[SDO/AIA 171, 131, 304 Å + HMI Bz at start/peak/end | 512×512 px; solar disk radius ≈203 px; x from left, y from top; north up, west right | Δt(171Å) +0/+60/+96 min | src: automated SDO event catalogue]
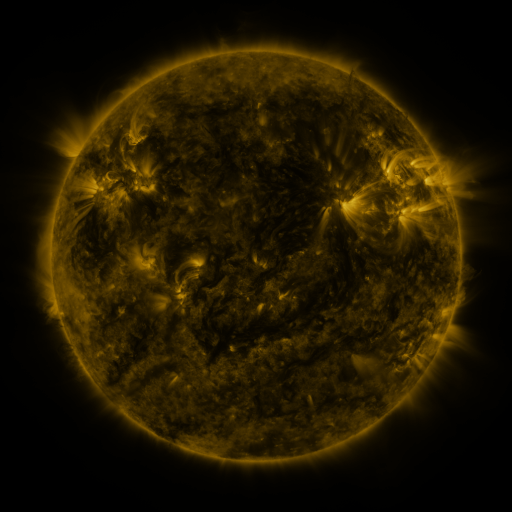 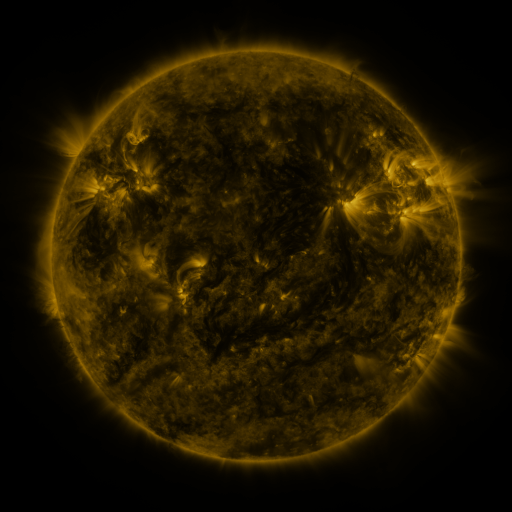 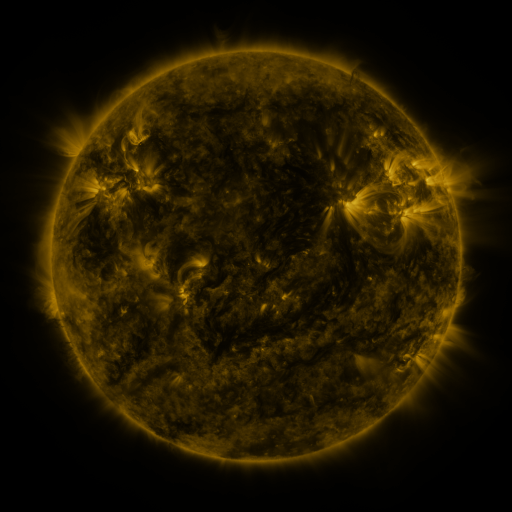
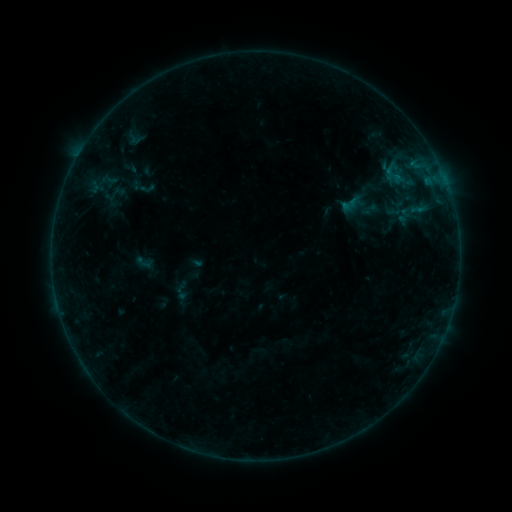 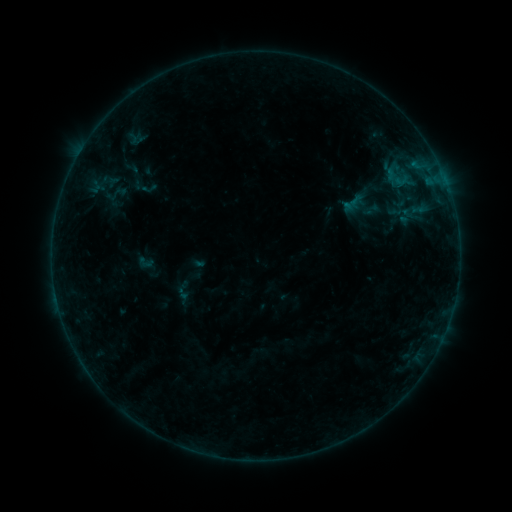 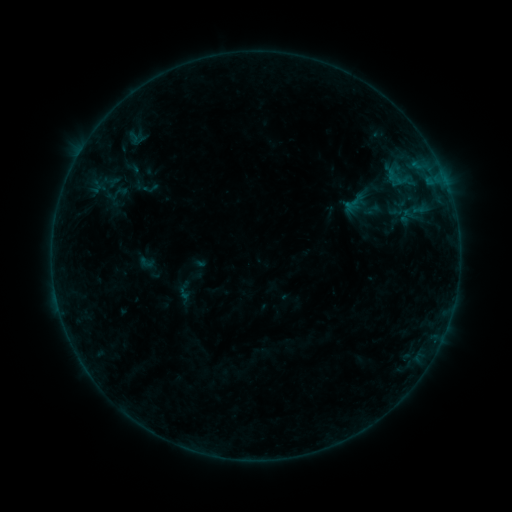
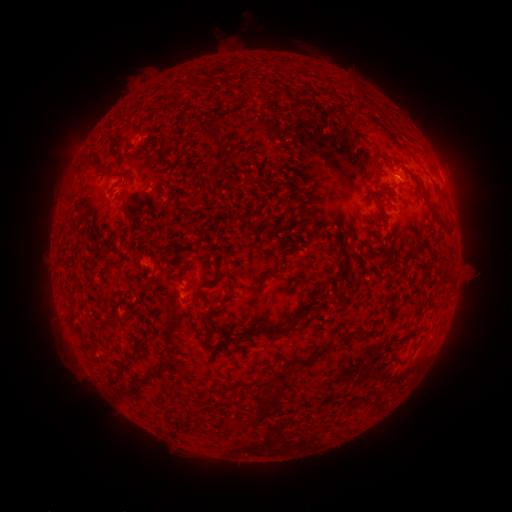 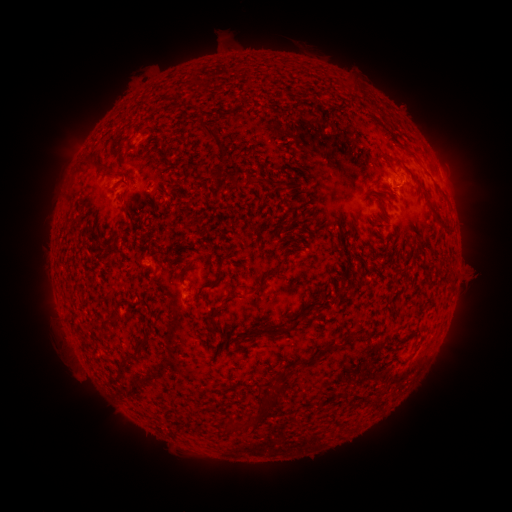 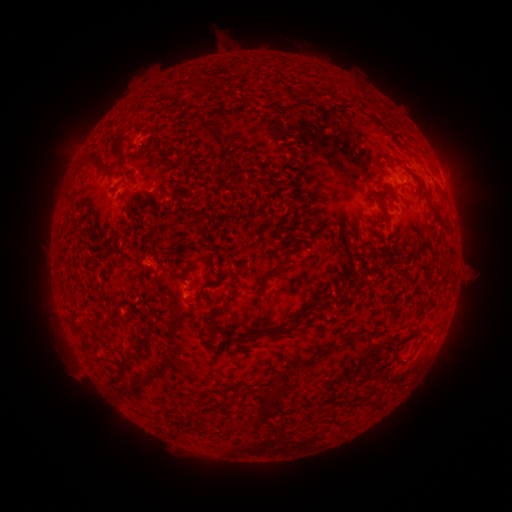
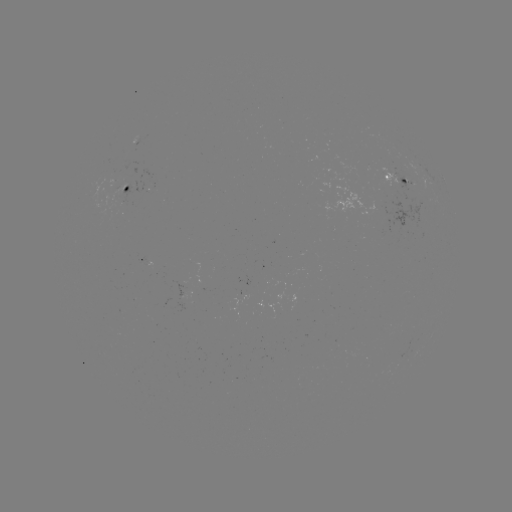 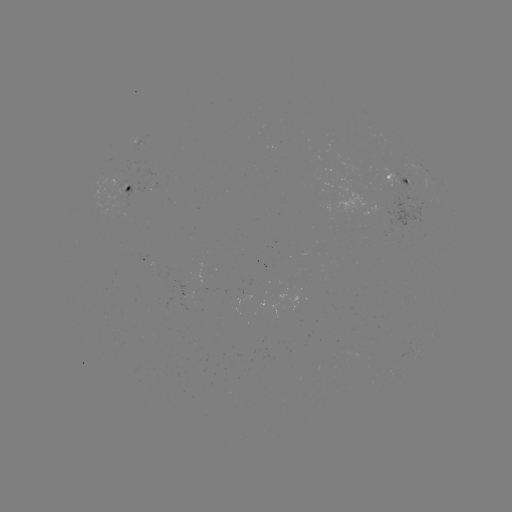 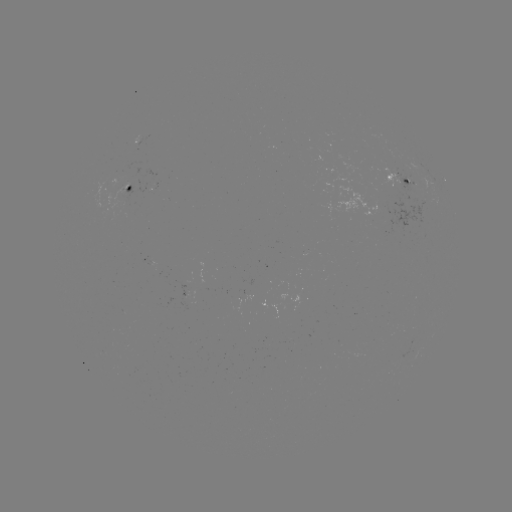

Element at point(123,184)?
emerging-flux region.